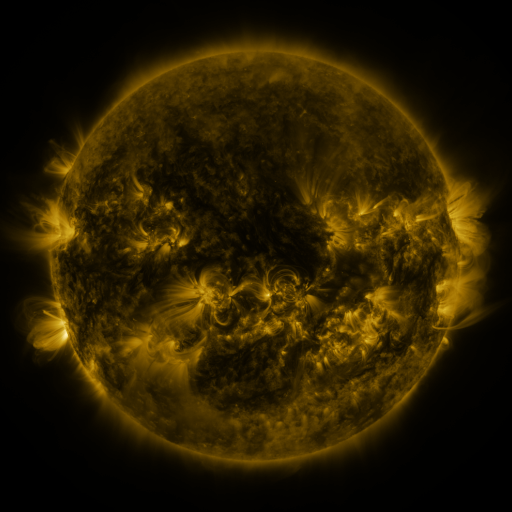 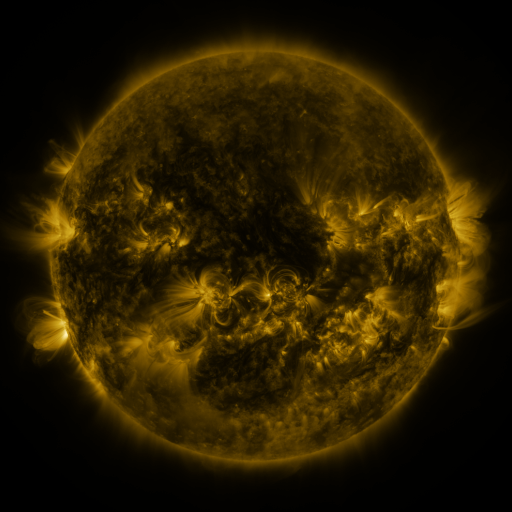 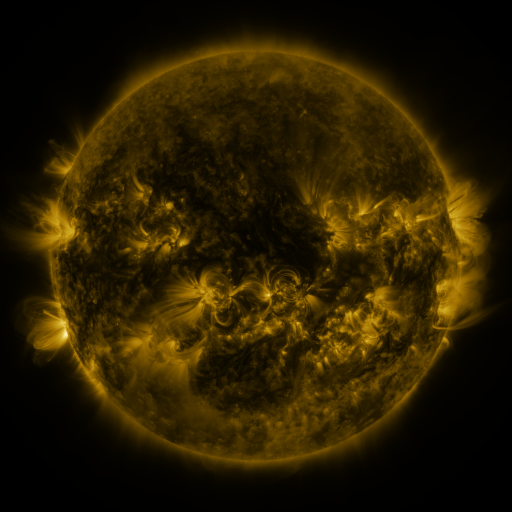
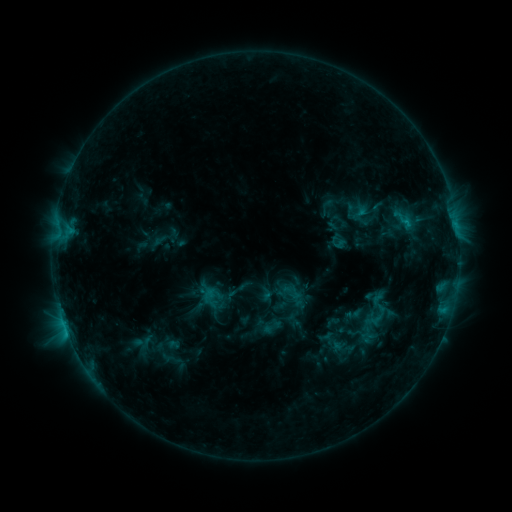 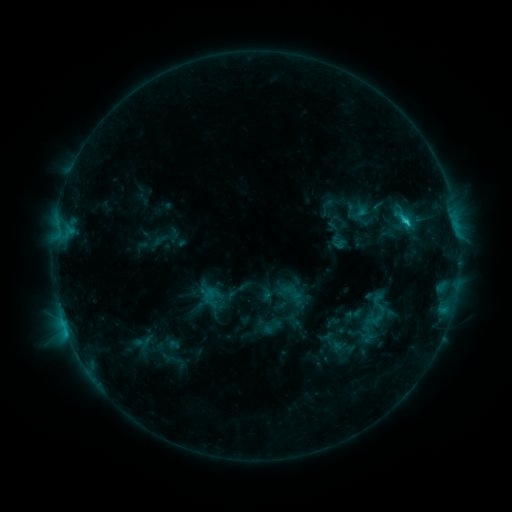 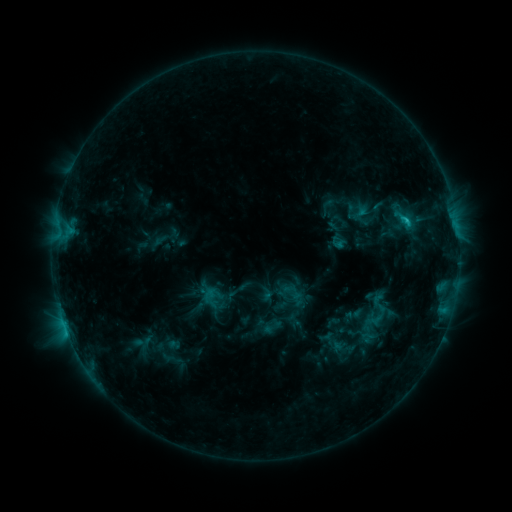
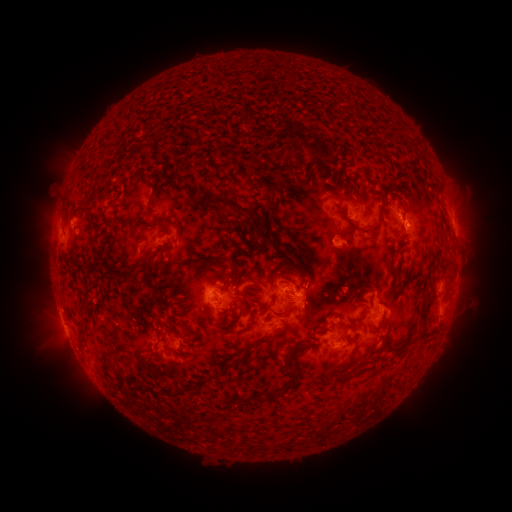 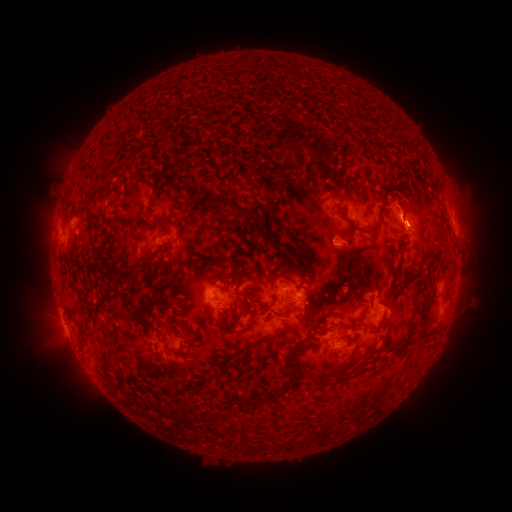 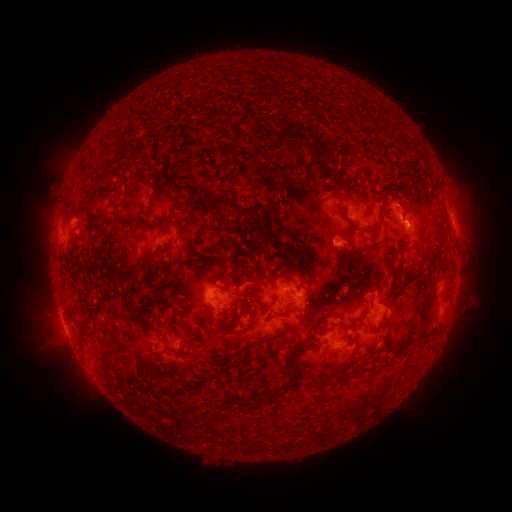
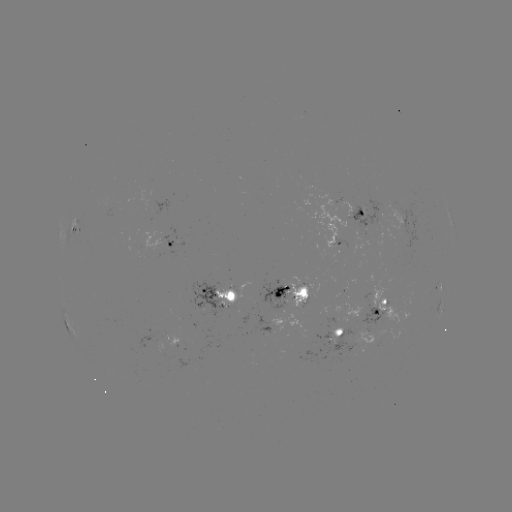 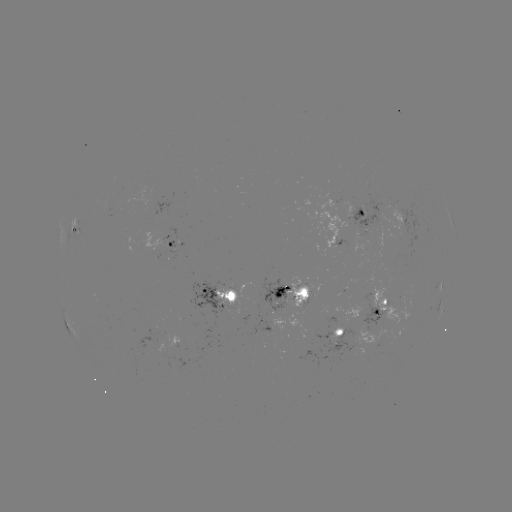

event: eruption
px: (405, 204)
